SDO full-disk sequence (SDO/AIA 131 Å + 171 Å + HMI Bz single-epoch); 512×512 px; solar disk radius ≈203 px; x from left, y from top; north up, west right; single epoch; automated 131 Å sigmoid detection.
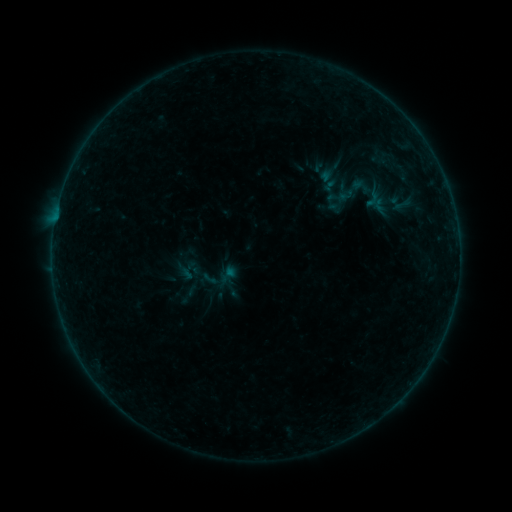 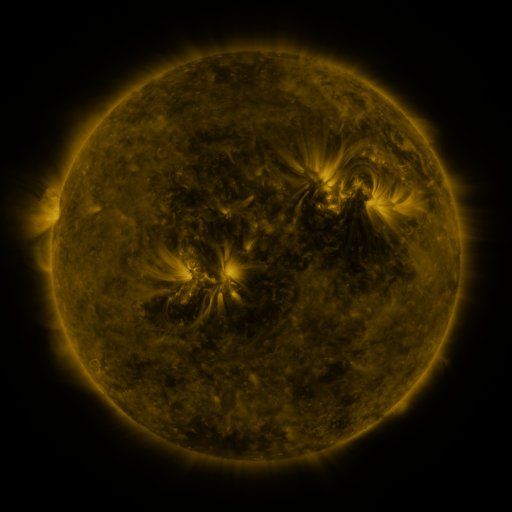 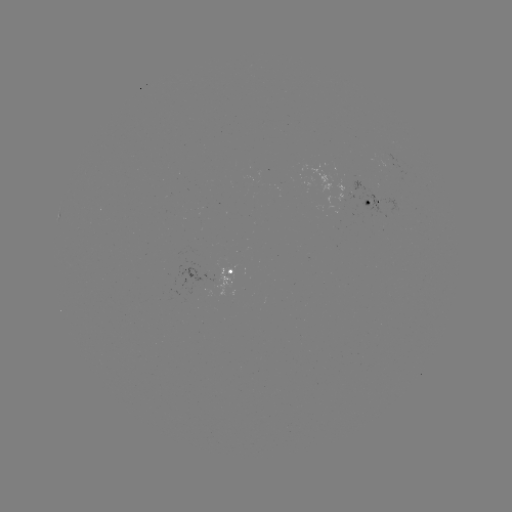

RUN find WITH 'sigmoid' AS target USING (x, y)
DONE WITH (352, 189) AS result